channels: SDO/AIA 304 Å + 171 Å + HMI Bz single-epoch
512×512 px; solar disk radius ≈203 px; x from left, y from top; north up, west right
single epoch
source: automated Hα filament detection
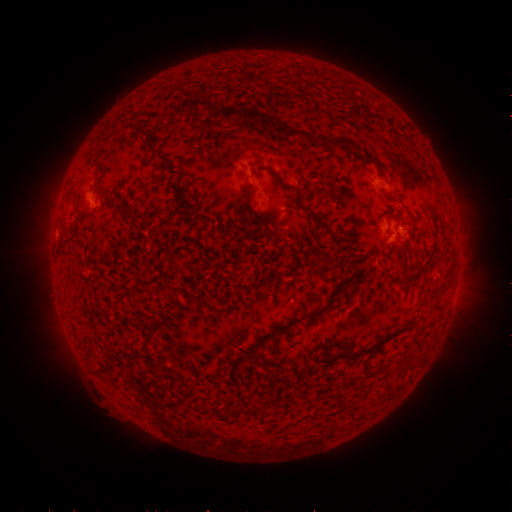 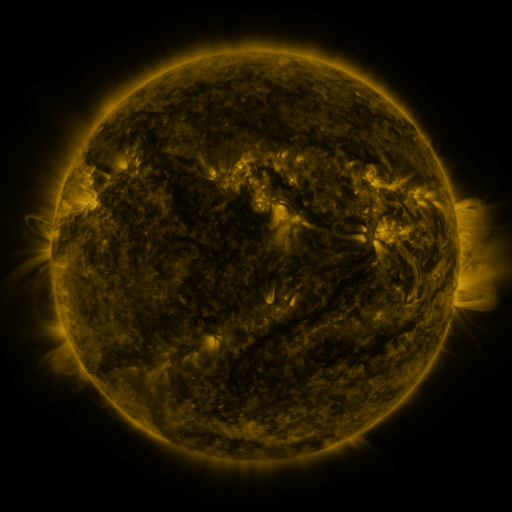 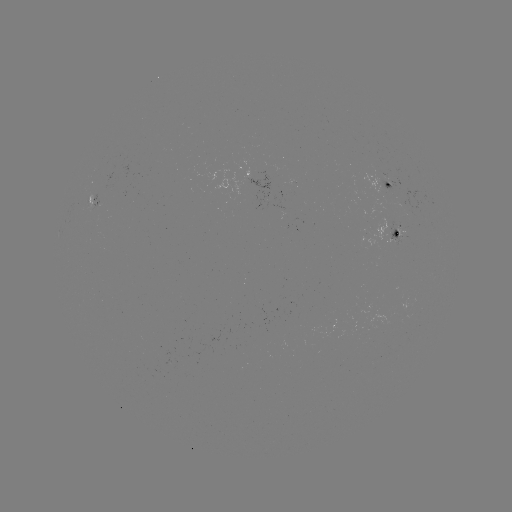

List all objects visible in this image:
filament: (200, 101)
filament: (240, 113)
filament: (146, 134)
filament: (293, 135)
filament: (342, 143)
filament: (387, 179)
filament: (295, 187)
filament: (250, 190)
filament: (125, 205)
filament: (72, 238)
filament: (336, 259)
filament: (398, 266)
filament: (444, 292)
filament: (394, 336)
filament: (148, 340)
filament: (366, 352)
filament: (346, 357)
filament: (339, 403)
